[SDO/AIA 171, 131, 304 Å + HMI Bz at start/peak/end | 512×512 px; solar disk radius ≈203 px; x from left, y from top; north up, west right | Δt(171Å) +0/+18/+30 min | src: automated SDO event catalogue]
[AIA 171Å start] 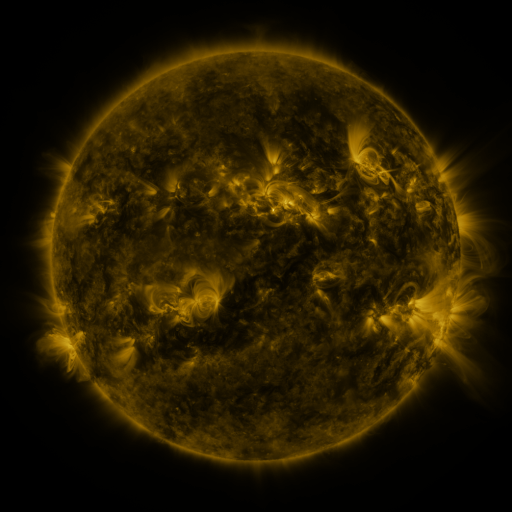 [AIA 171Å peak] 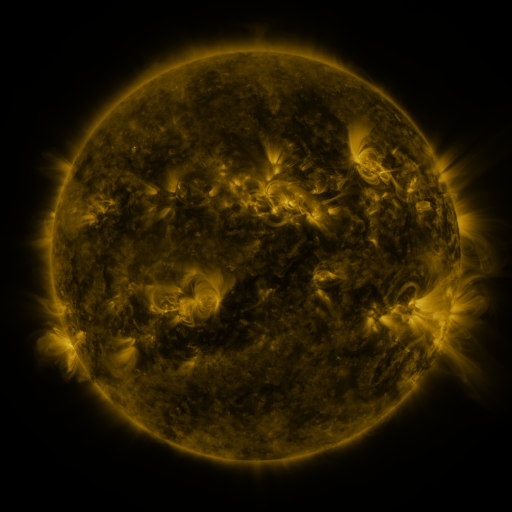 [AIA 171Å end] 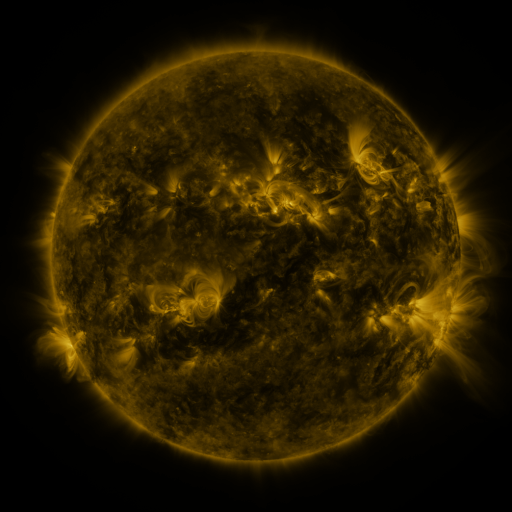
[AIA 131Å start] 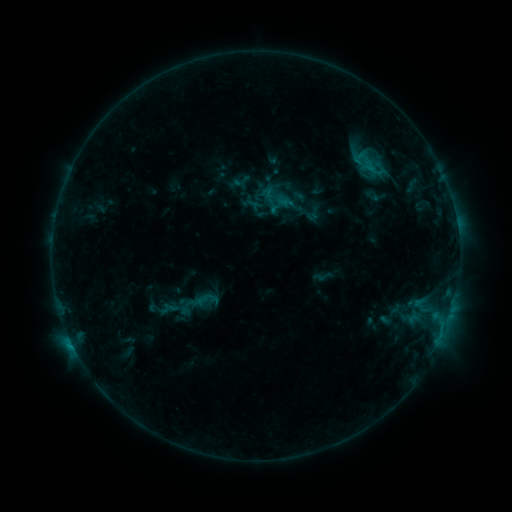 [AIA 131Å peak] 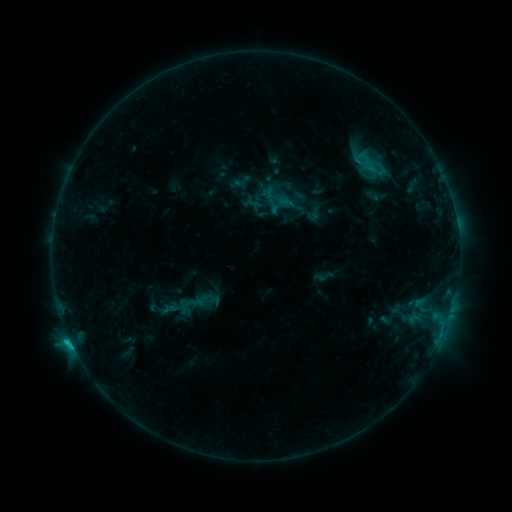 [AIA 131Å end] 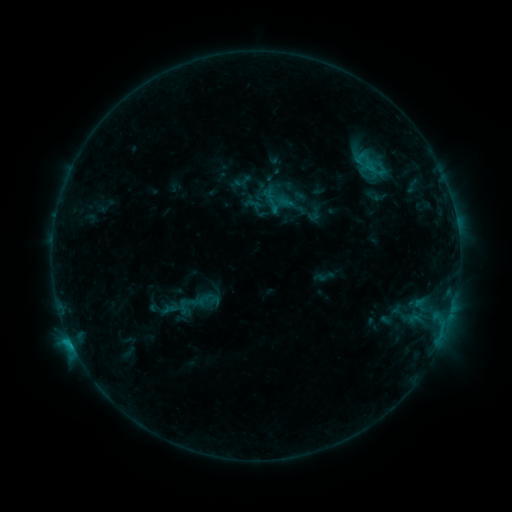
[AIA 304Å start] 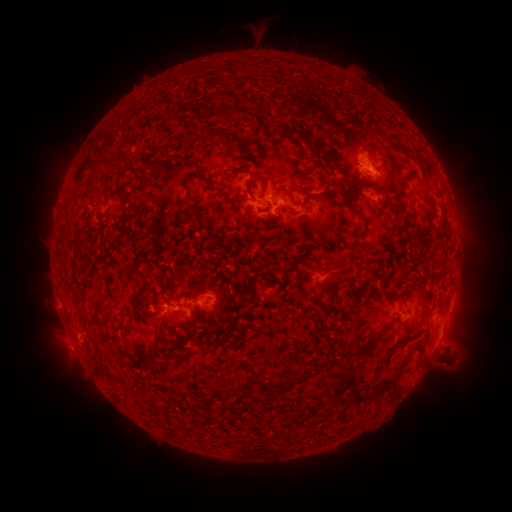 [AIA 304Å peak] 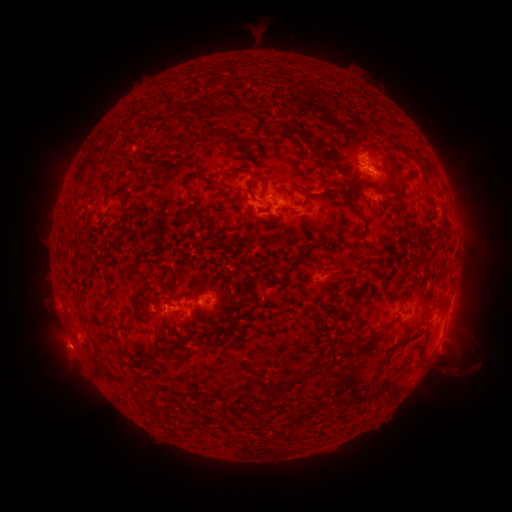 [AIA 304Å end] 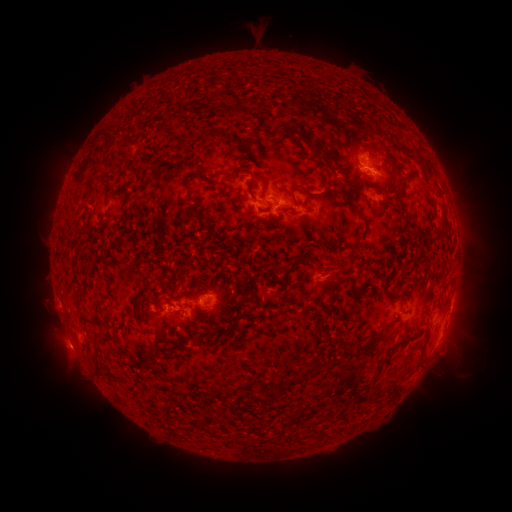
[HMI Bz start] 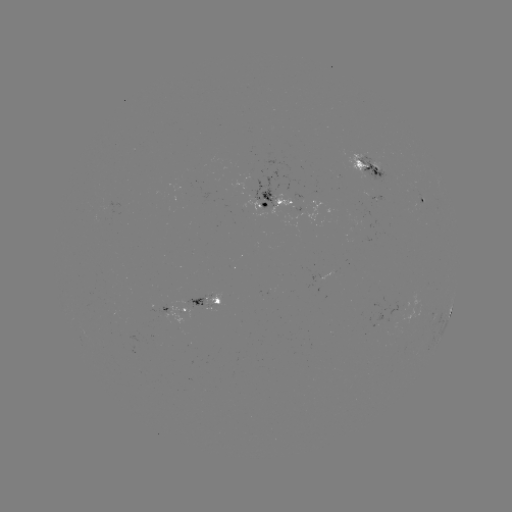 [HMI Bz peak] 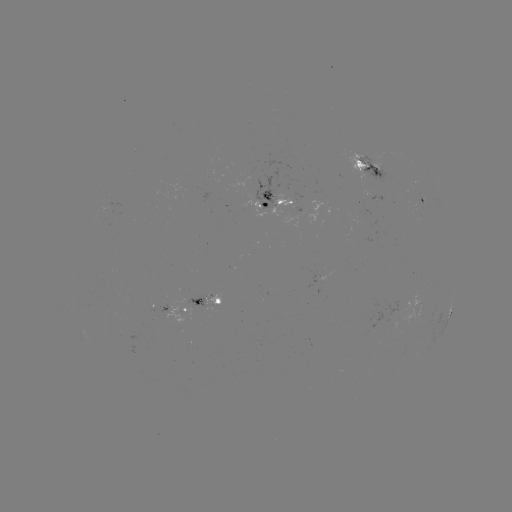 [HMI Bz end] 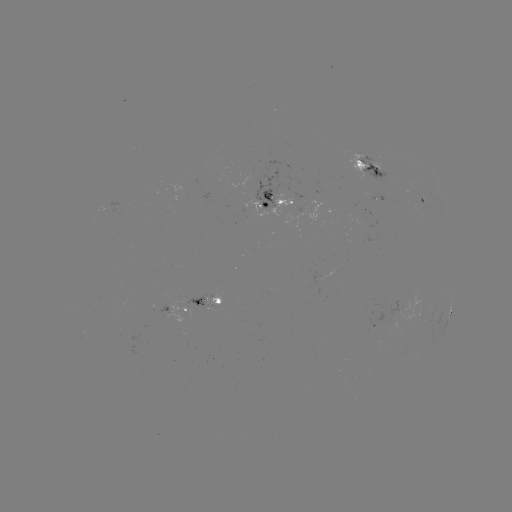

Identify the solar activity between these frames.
C1.7 flare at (70, 337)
